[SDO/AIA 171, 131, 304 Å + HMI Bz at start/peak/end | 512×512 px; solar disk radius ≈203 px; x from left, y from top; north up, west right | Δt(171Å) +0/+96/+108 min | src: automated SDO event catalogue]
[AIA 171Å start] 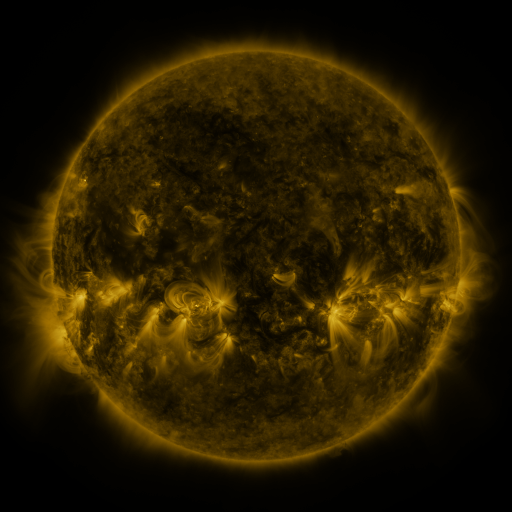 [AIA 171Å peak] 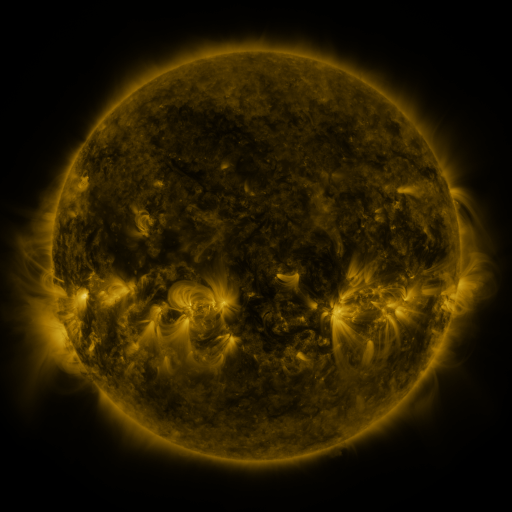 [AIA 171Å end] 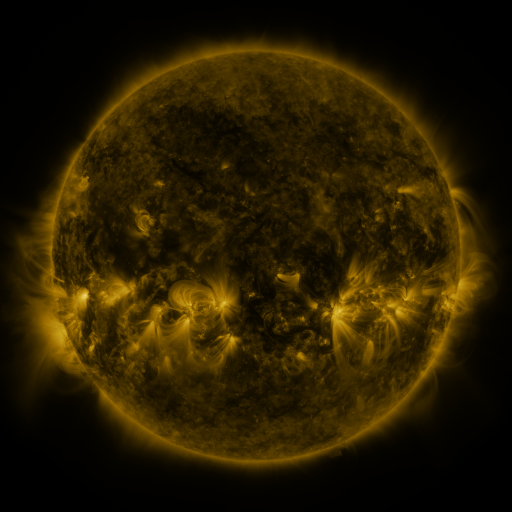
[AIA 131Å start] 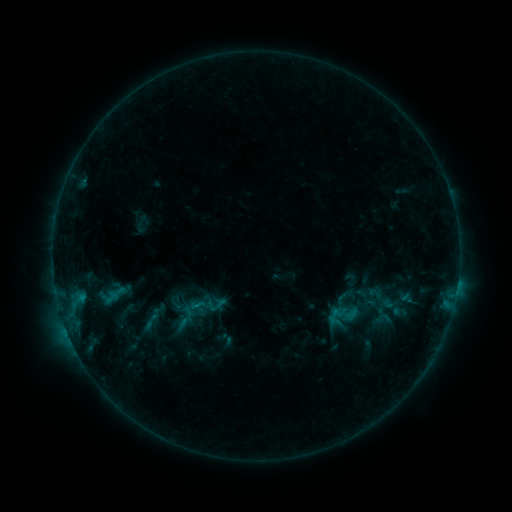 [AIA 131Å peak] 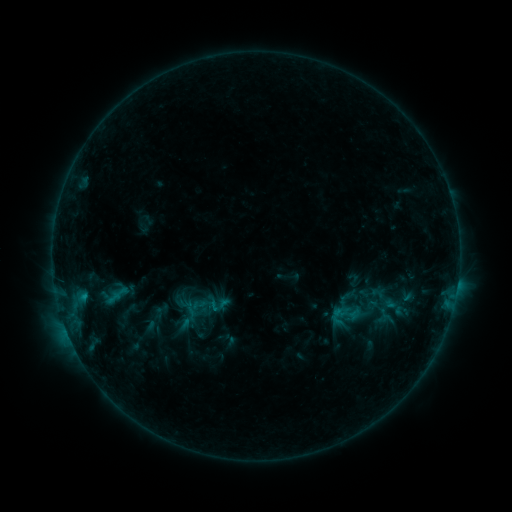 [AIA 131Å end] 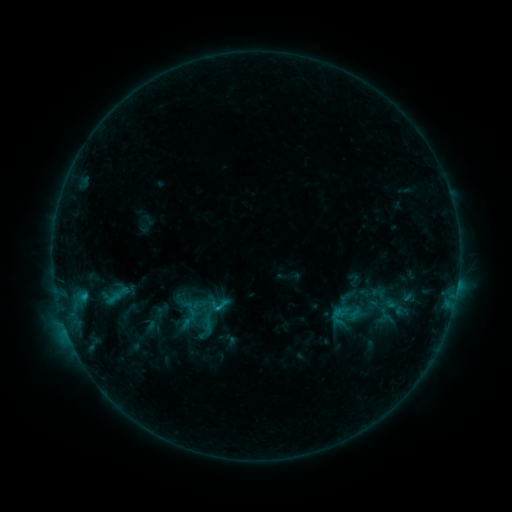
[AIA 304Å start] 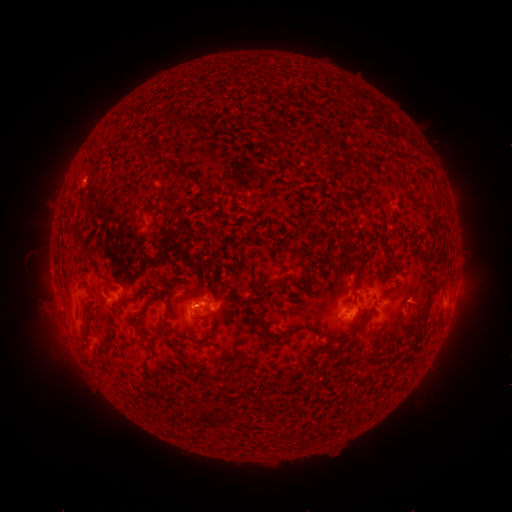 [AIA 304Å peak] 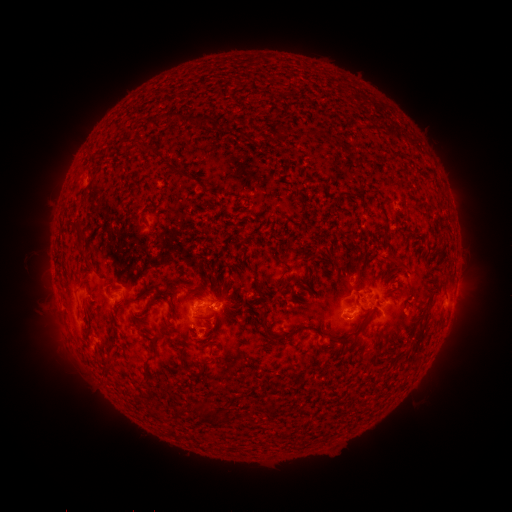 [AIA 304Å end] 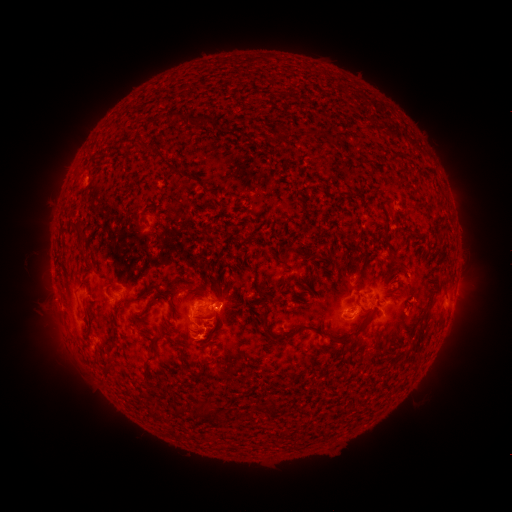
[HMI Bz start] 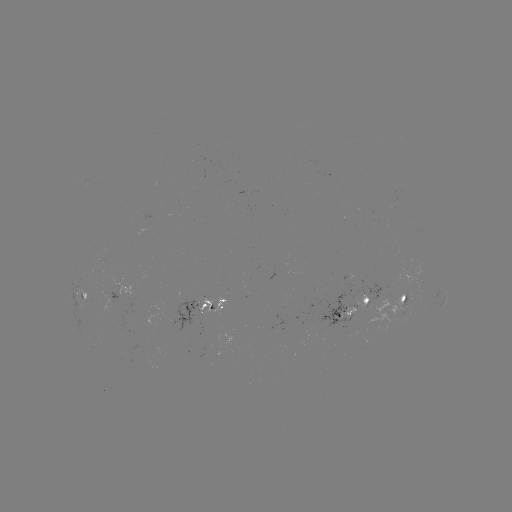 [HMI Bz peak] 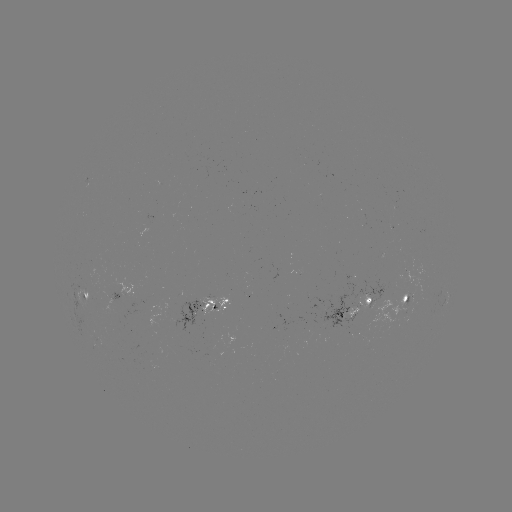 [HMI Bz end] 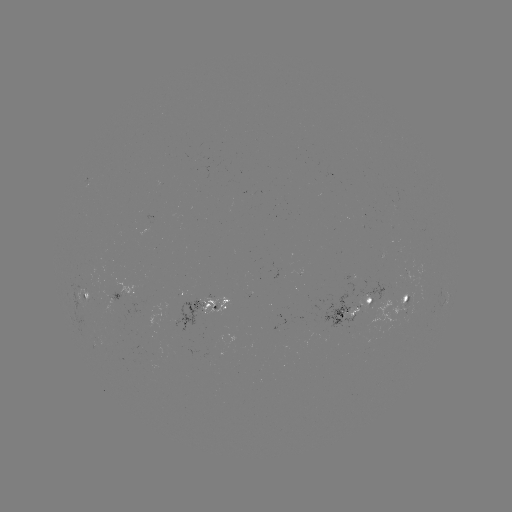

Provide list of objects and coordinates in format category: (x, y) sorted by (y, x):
emerging-flux region: (341, 315)
